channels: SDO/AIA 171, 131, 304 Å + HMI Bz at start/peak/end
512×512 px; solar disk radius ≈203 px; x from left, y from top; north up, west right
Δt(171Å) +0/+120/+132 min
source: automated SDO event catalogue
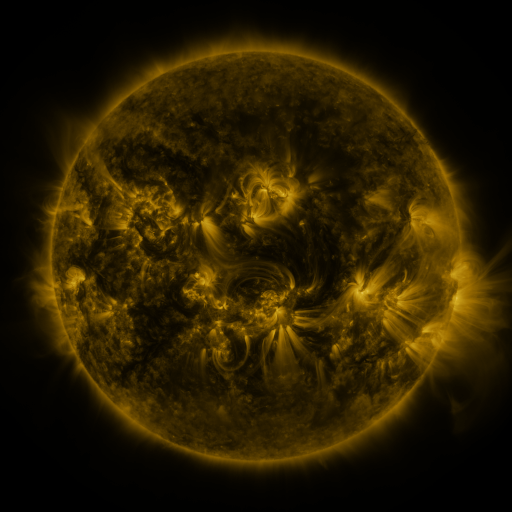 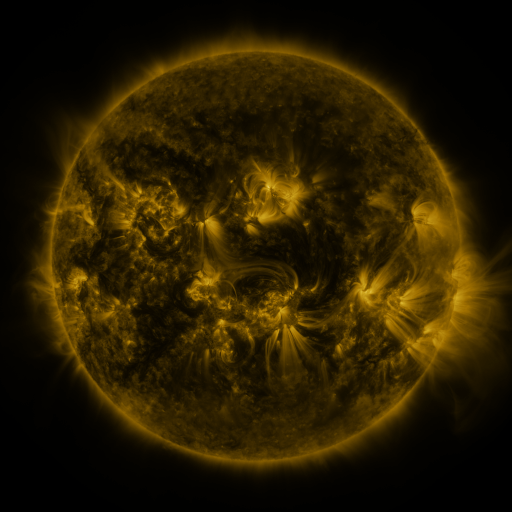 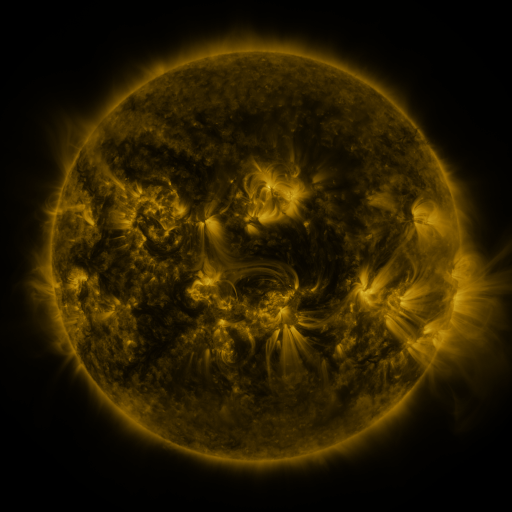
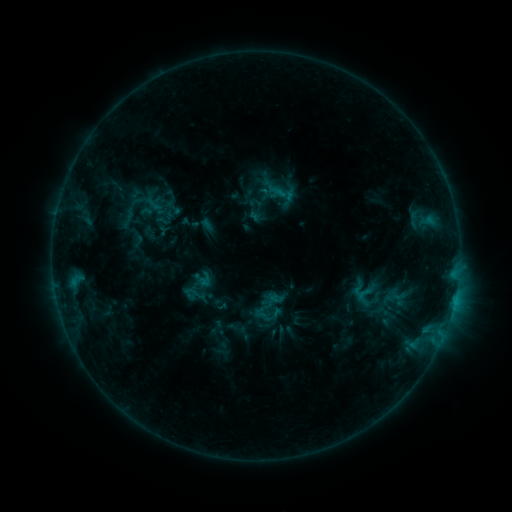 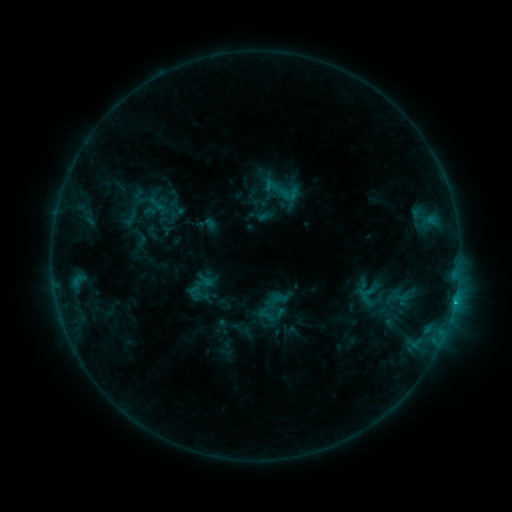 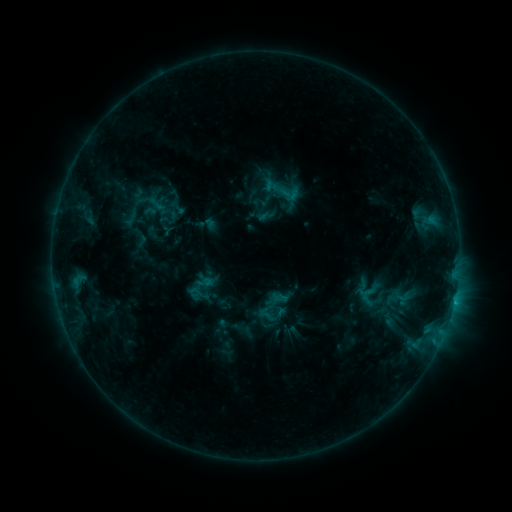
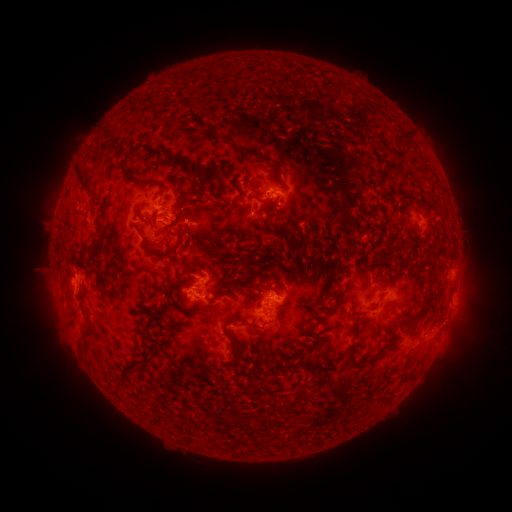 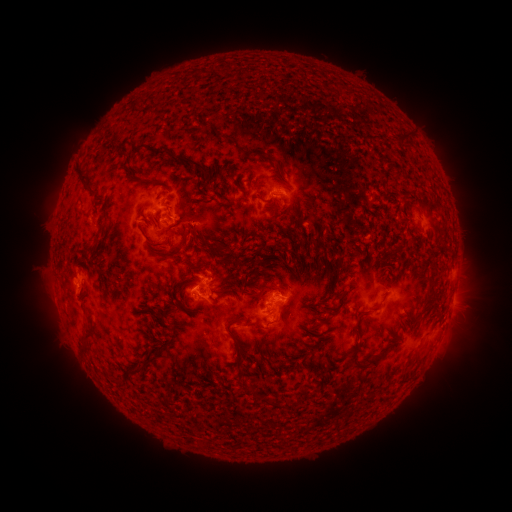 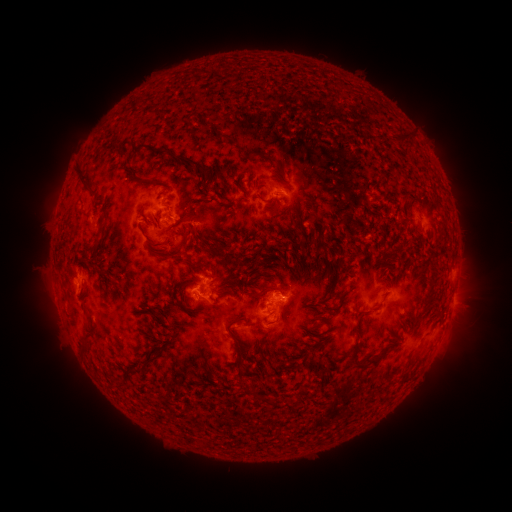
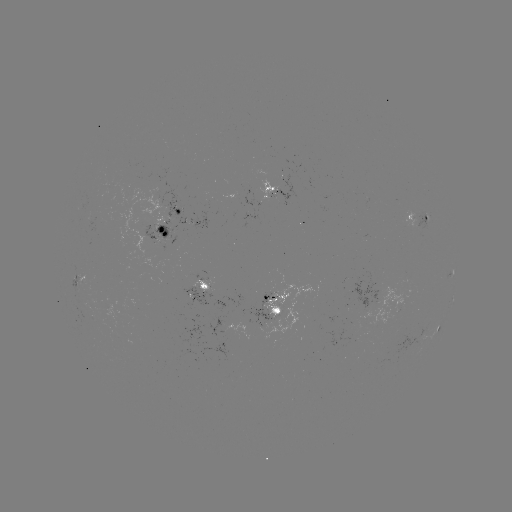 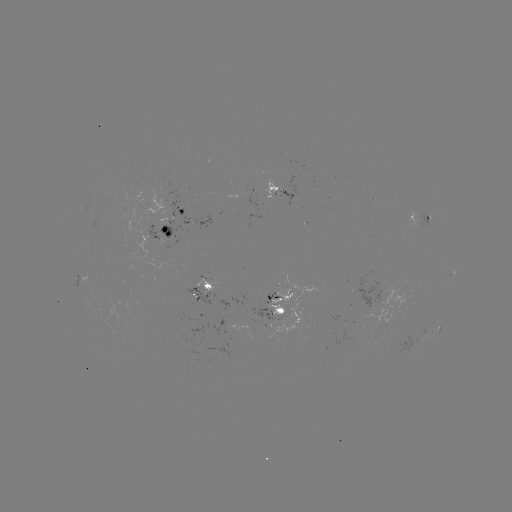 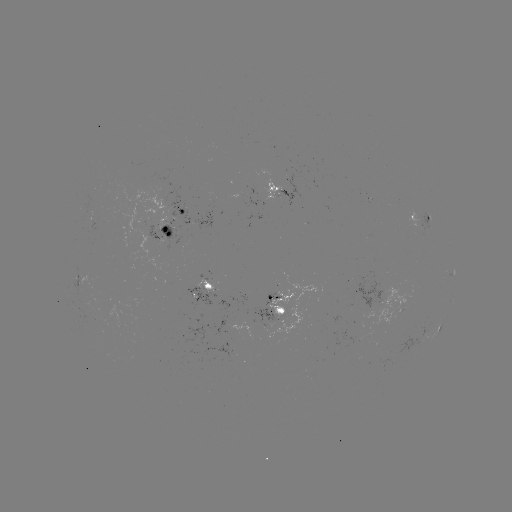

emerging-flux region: [184, 288, 216, 306]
